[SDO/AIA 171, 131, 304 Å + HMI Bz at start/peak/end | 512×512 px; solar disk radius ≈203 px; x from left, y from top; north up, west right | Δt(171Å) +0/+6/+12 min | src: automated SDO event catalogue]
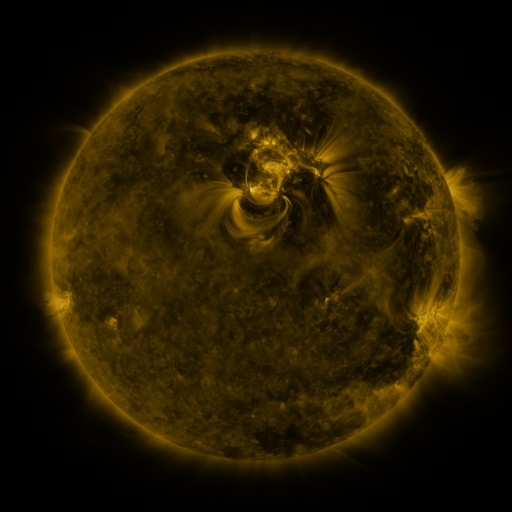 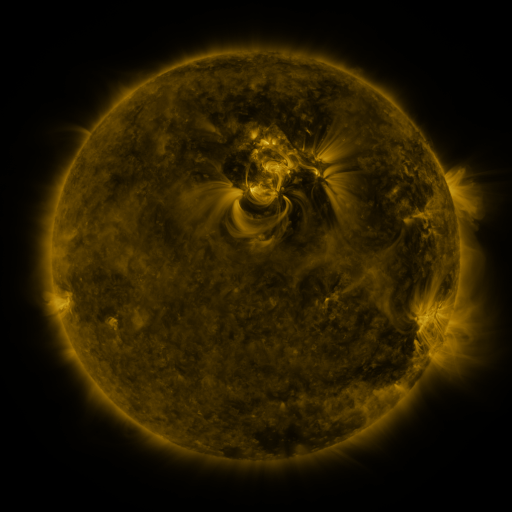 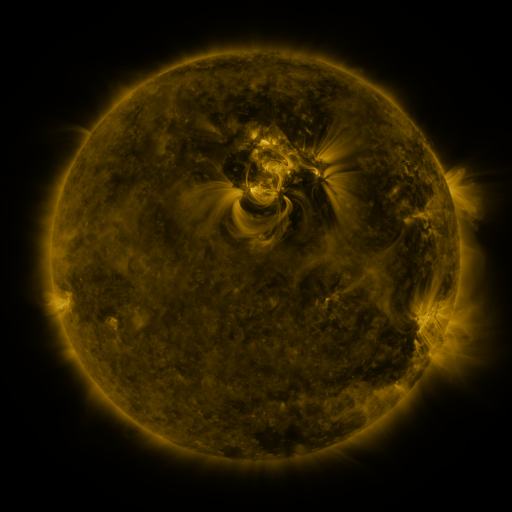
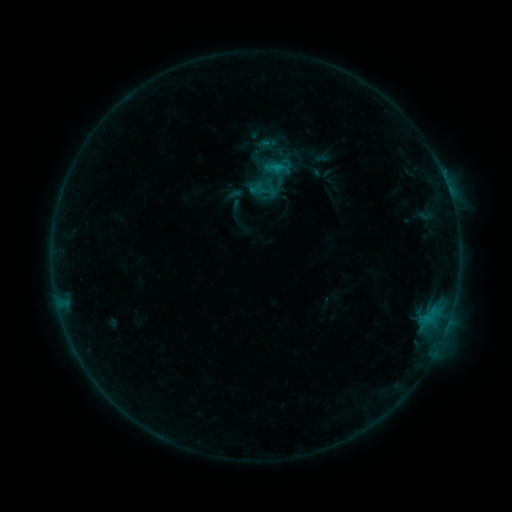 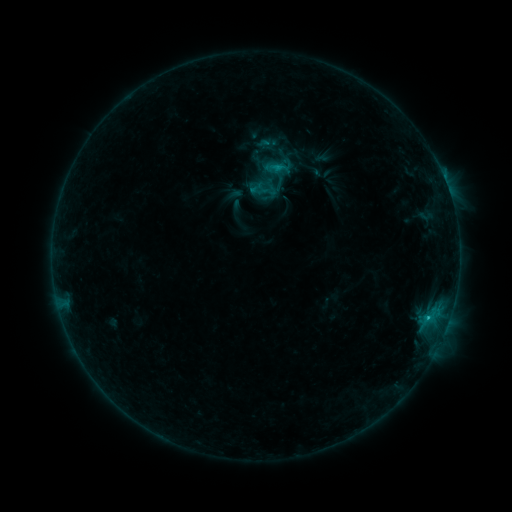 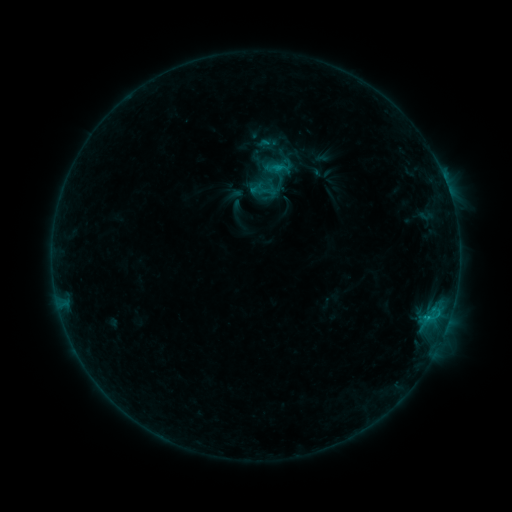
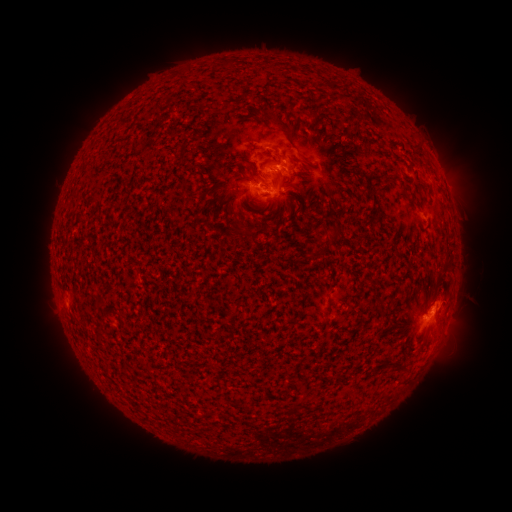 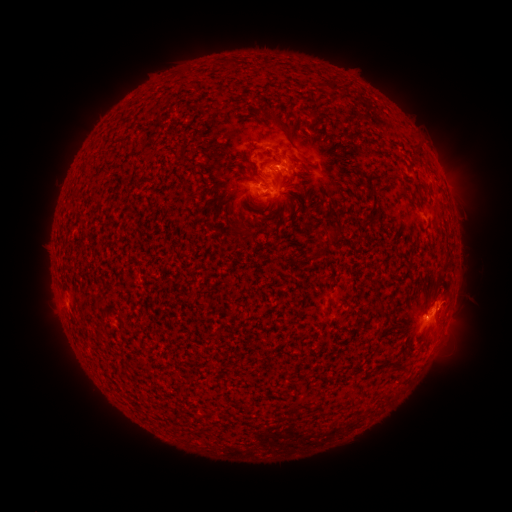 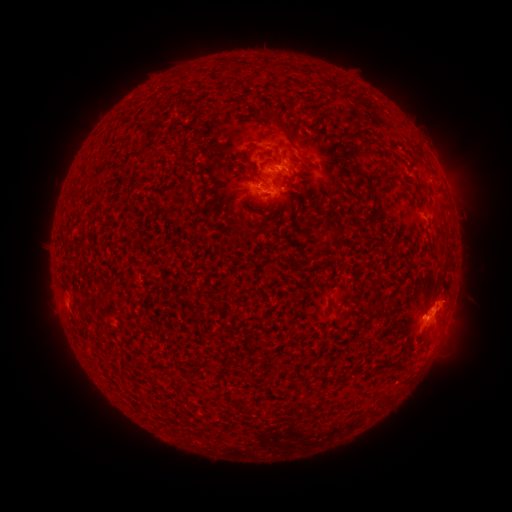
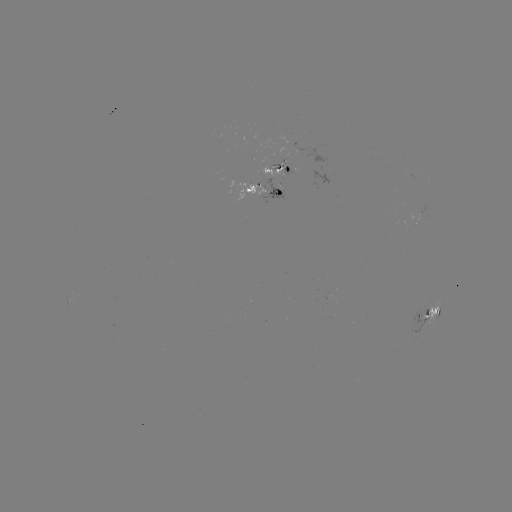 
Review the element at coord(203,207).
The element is C1.3 flare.